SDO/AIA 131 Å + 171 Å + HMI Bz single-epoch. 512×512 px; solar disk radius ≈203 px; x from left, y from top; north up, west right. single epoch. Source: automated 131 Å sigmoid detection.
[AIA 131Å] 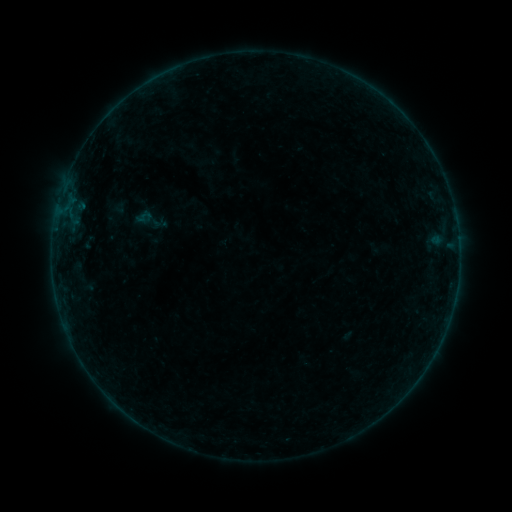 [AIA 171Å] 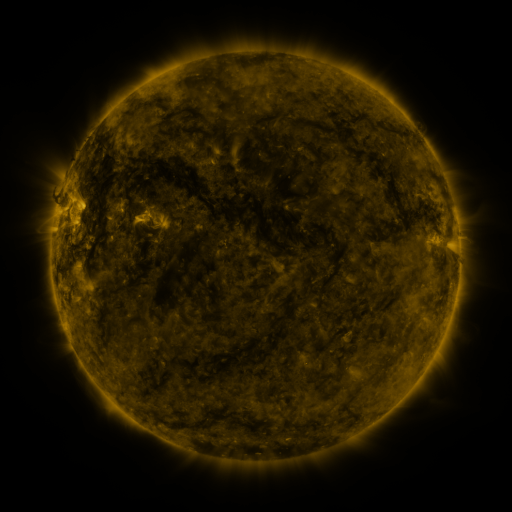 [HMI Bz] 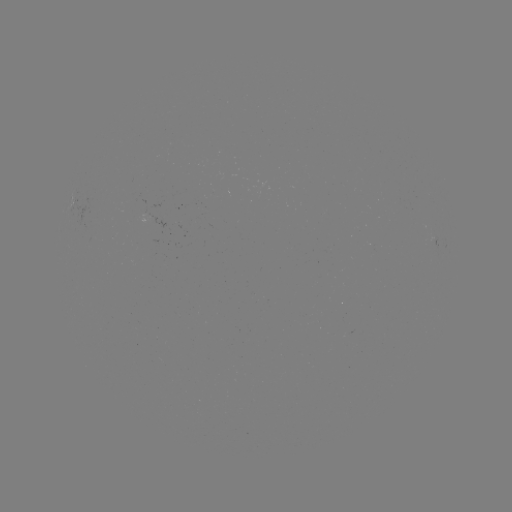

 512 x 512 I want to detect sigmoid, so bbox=[133, 201, 169, 239].